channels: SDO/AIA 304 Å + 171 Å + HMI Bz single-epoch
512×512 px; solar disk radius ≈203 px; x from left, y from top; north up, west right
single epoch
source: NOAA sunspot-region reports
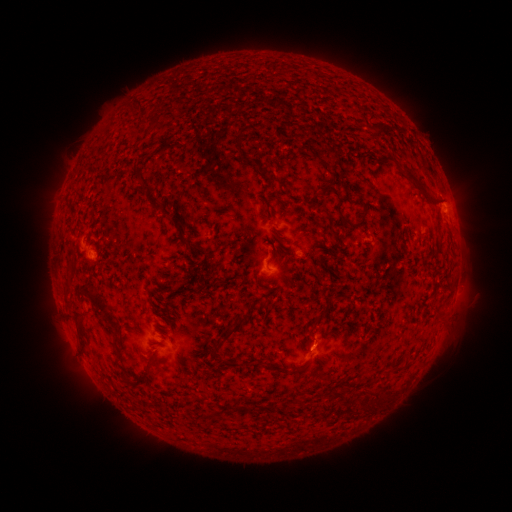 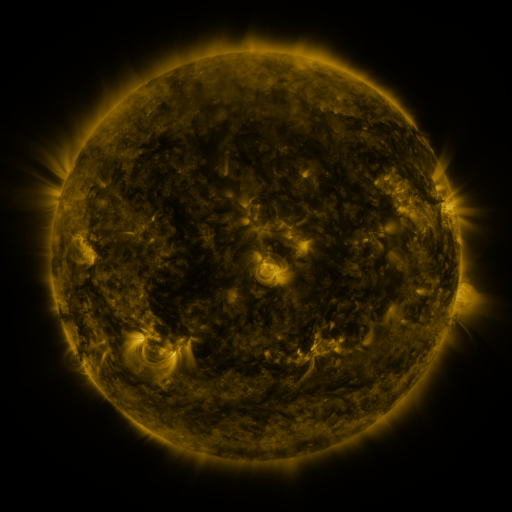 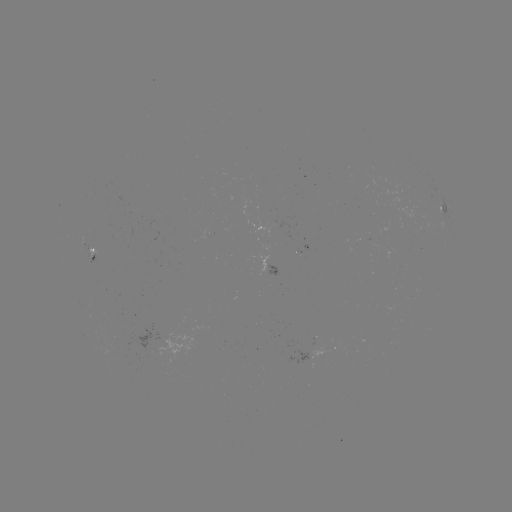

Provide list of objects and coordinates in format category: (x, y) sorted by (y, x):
spotted active region: (444, 206)
spotted active region: (91, 253)
spotted active region: (273, 270)
